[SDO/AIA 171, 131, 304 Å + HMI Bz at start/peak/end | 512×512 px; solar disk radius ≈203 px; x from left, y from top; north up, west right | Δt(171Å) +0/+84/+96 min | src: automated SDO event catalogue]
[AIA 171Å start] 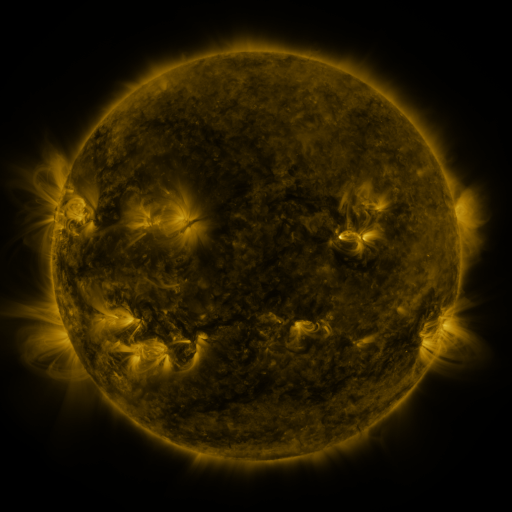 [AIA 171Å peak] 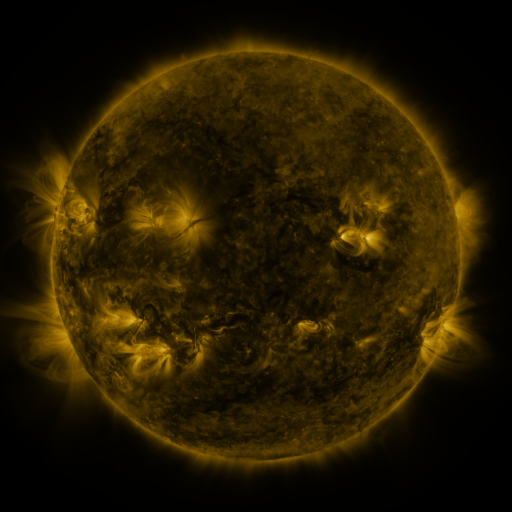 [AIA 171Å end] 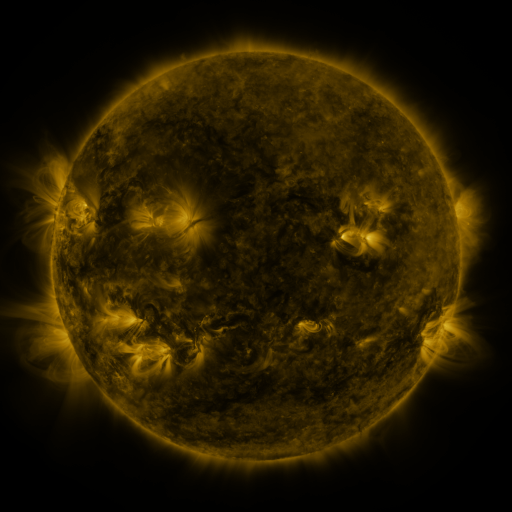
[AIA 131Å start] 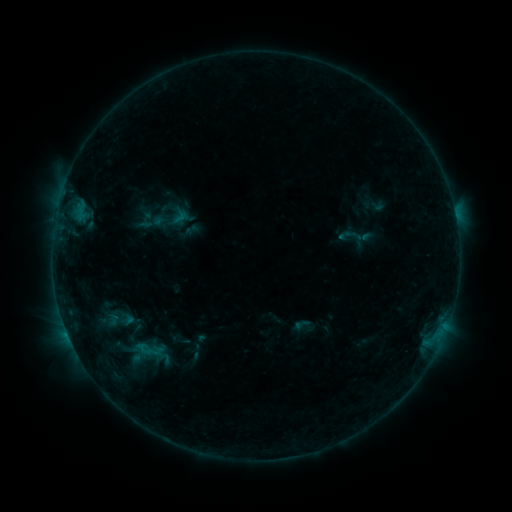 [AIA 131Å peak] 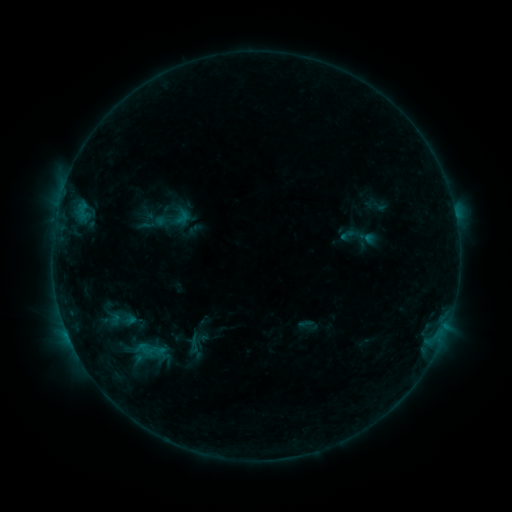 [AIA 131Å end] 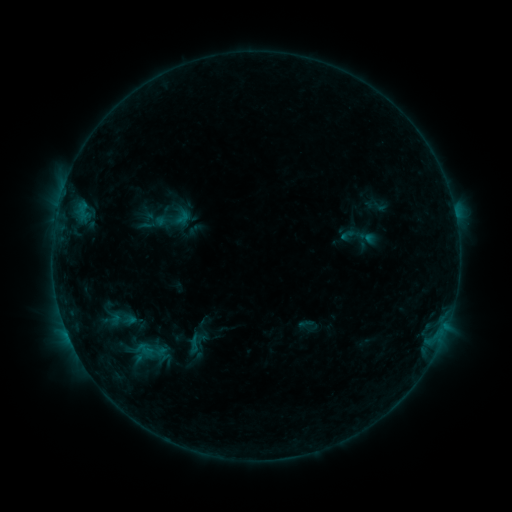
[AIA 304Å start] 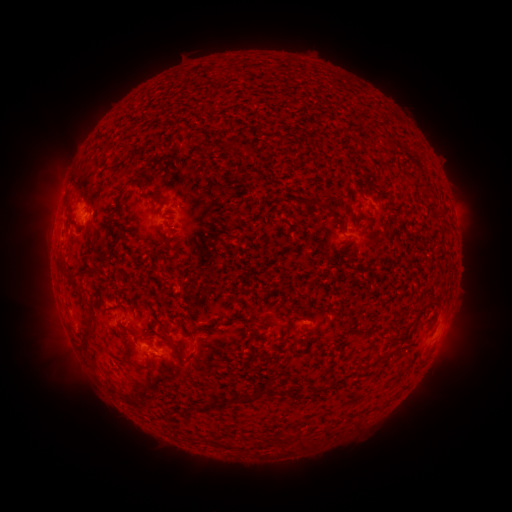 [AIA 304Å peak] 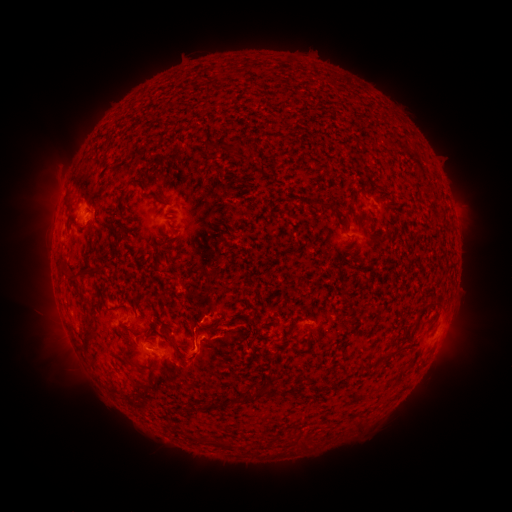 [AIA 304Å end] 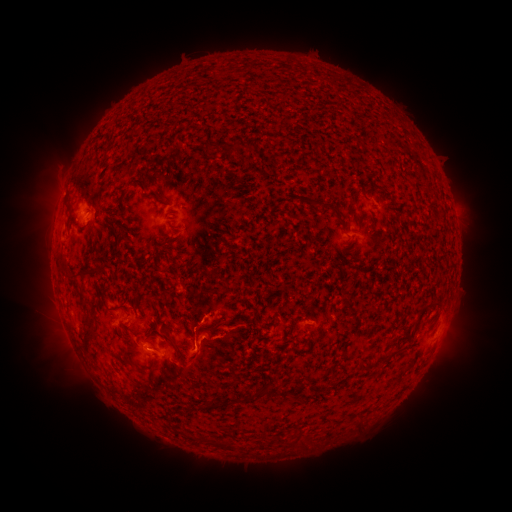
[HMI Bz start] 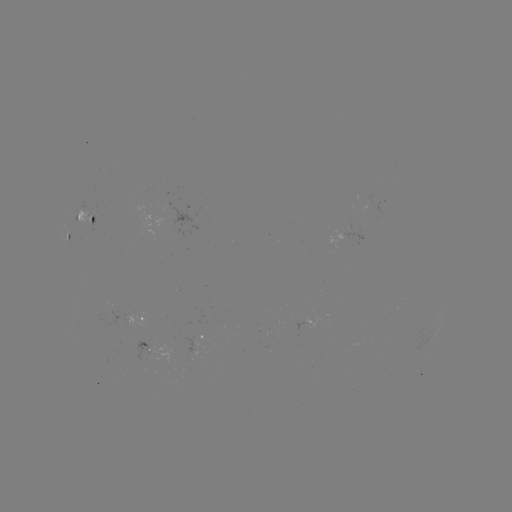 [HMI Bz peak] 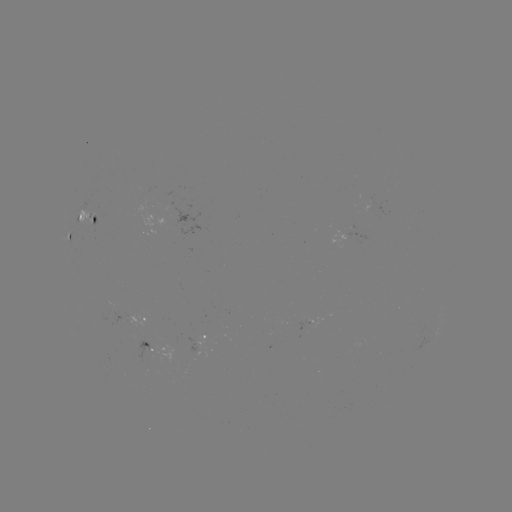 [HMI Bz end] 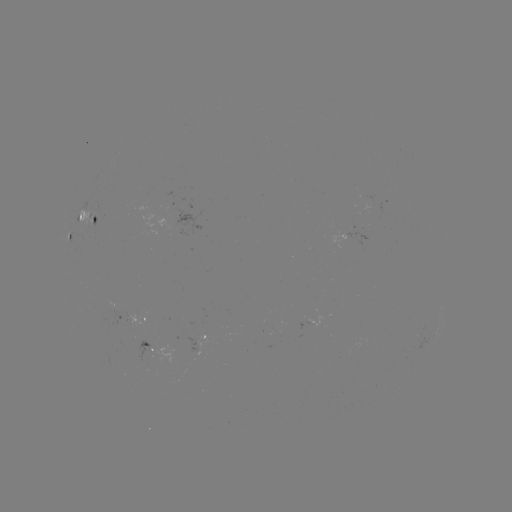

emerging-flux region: <bbox>81, 210, 95, 226</bbox>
